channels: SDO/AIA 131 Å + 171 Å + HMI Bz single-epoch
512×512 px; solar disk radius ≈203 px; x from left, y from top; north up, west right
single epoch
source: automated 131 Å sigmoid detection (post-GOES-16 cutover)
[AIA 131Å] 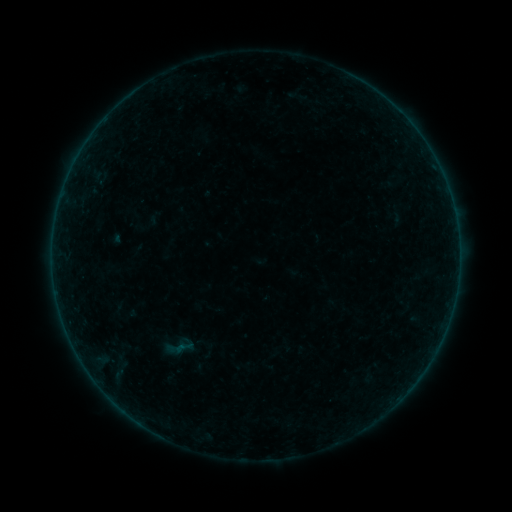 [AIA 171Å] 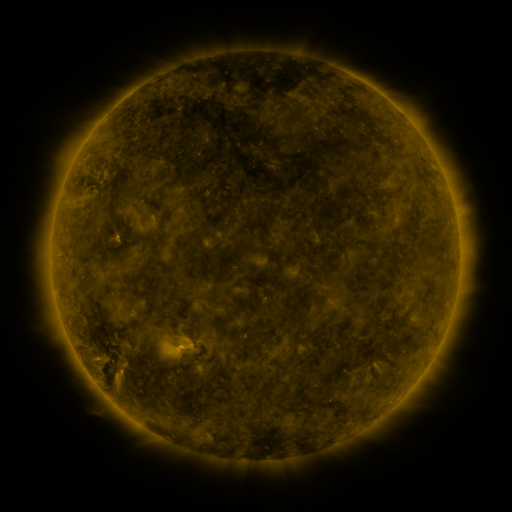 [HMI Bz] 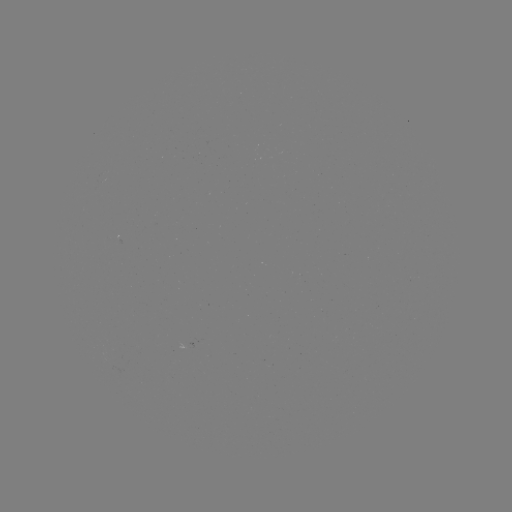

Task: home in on sigmoid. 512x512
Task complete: (183, 347).